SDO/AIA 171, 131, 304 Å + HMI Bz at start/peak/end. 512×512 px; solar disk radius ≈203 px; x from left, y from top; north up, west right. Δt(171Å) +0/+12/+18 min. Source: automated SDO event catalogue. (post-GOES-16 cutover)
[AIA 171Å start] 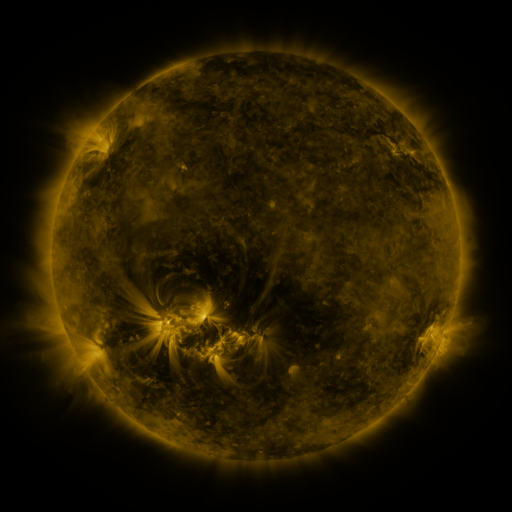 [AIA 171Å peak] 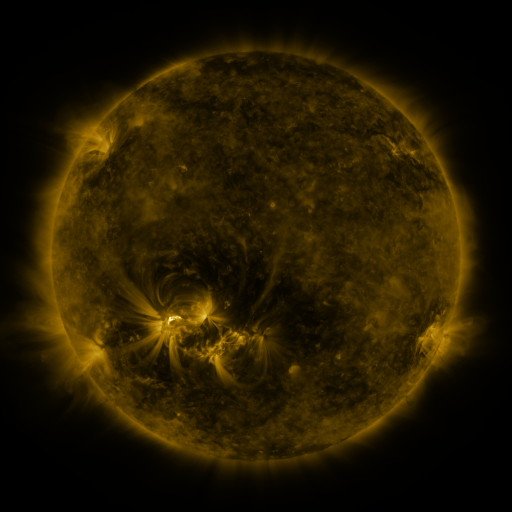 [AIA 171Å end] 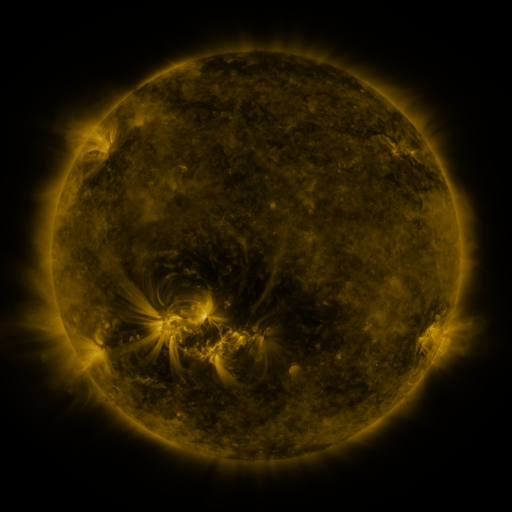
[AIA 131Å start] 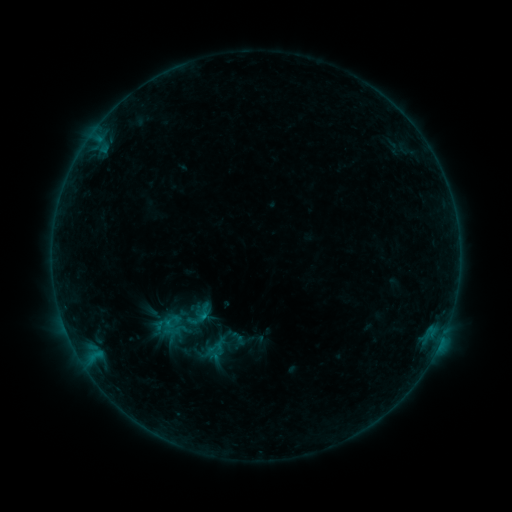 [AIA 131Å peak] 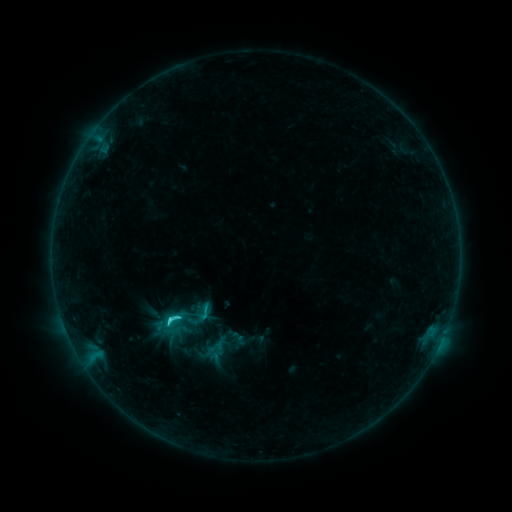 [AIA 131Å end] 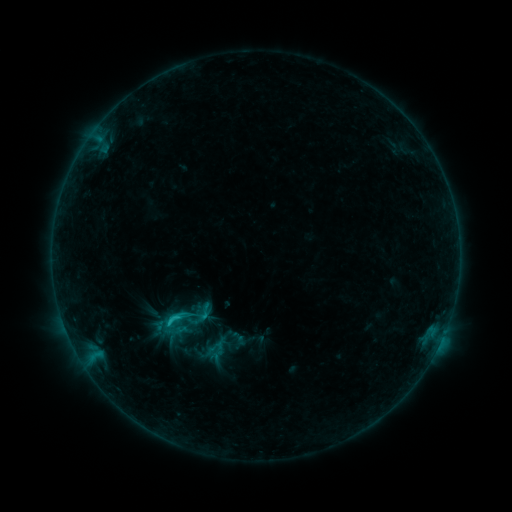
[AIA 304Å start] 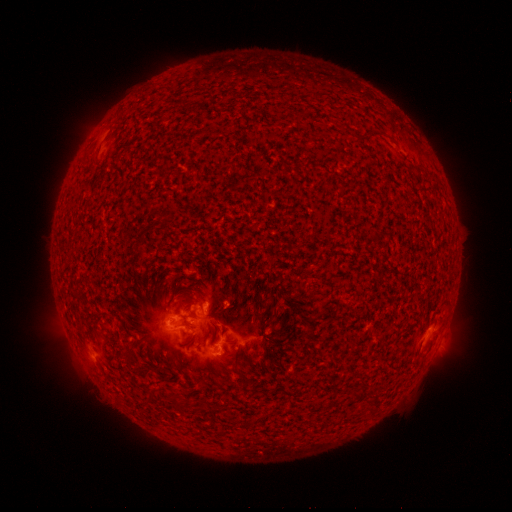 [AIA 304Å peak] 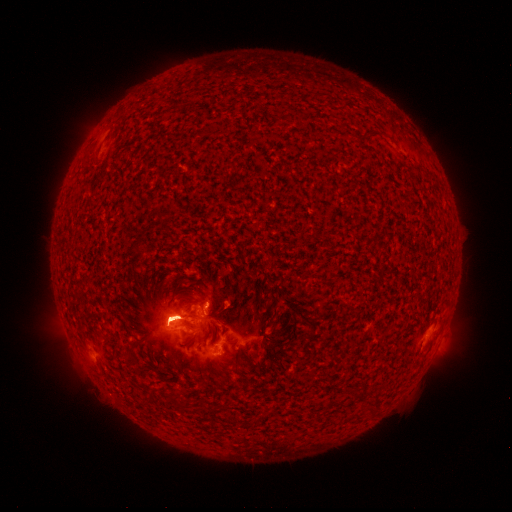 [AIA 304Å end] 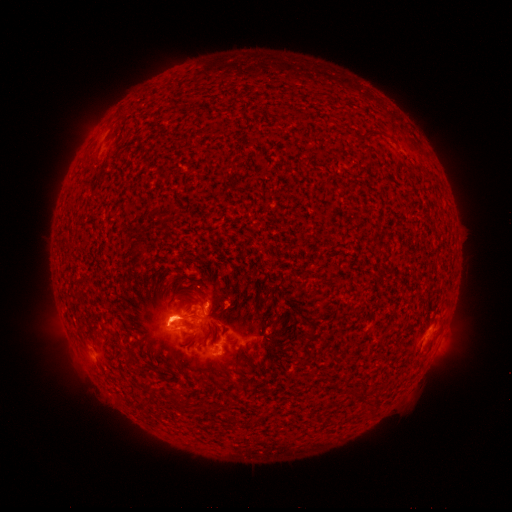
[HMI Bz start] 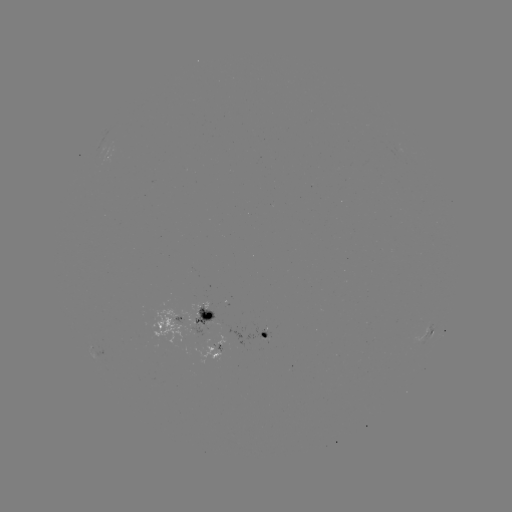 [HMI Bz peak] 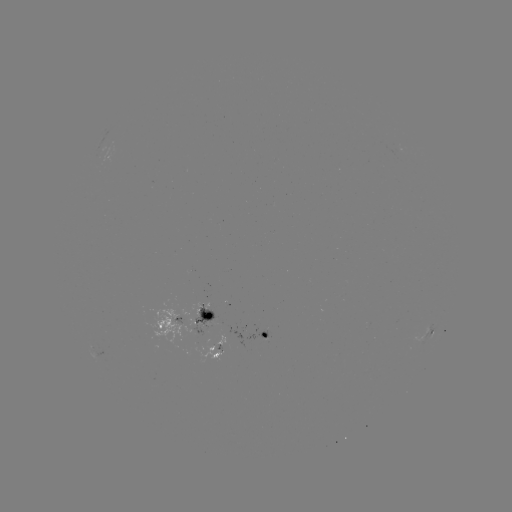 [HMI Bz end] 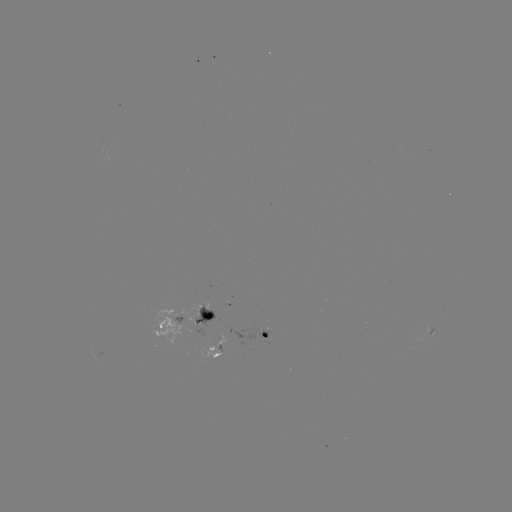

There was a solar flare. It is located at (176, 315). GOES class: C2.9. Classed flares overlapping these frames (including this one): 1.